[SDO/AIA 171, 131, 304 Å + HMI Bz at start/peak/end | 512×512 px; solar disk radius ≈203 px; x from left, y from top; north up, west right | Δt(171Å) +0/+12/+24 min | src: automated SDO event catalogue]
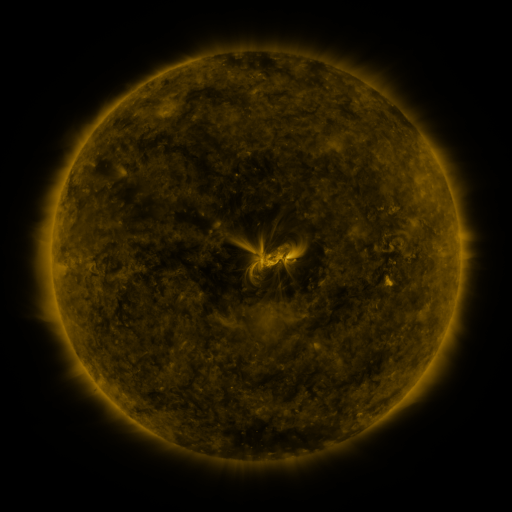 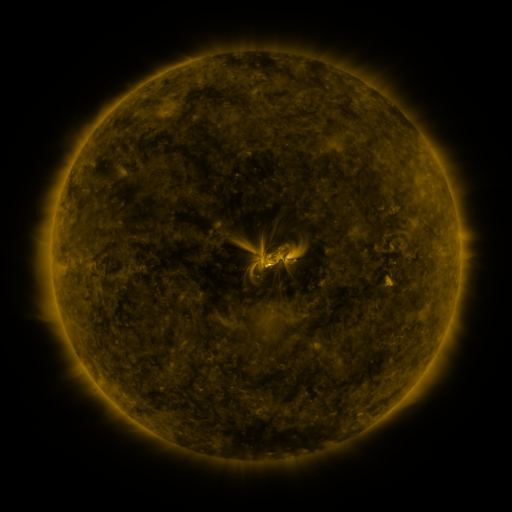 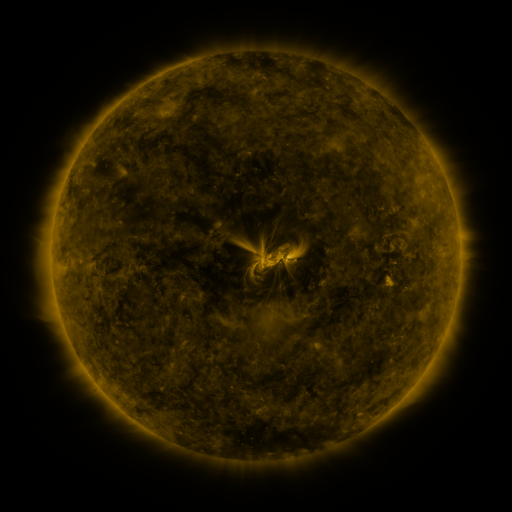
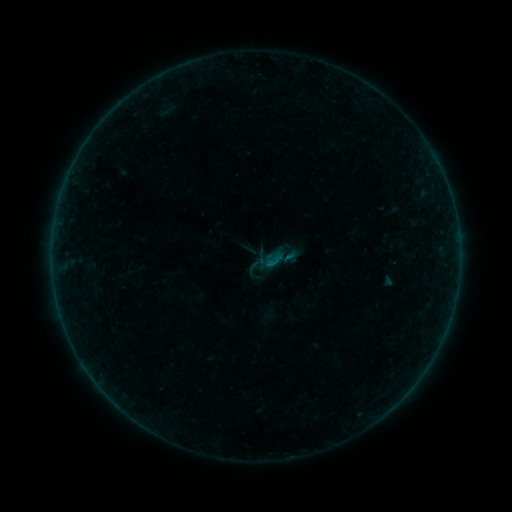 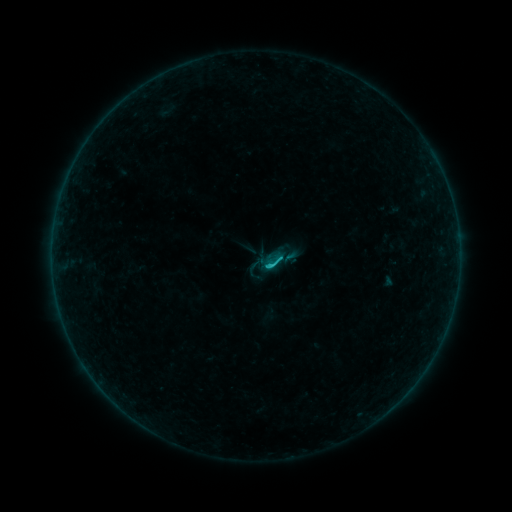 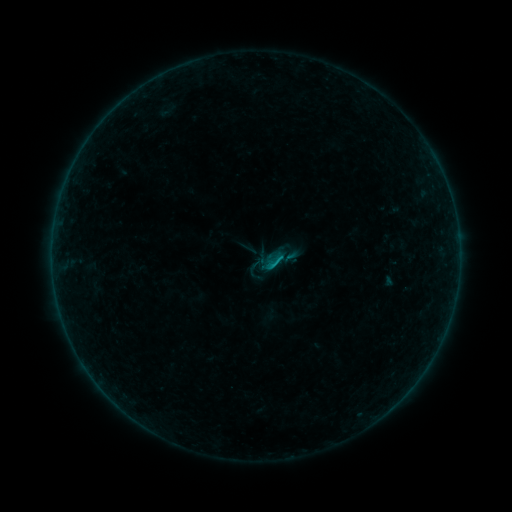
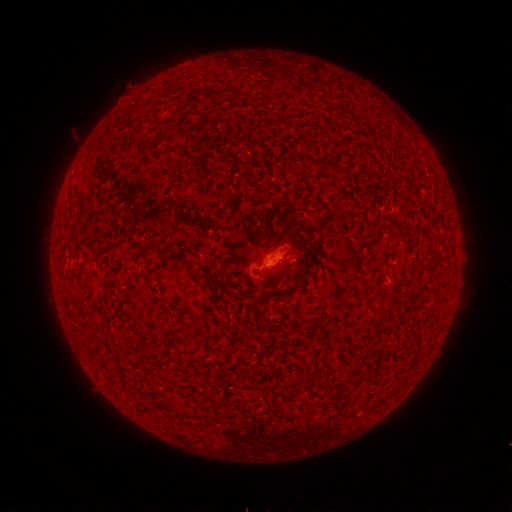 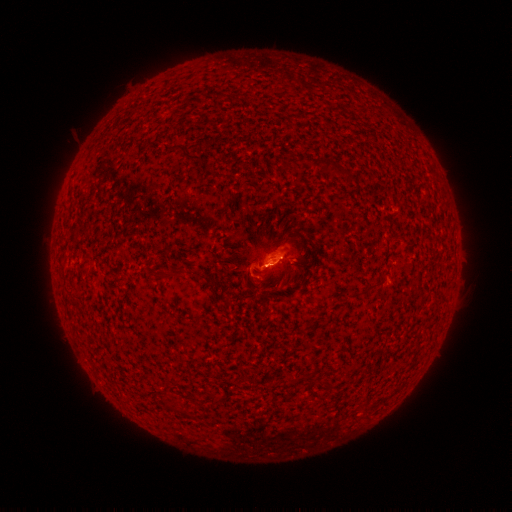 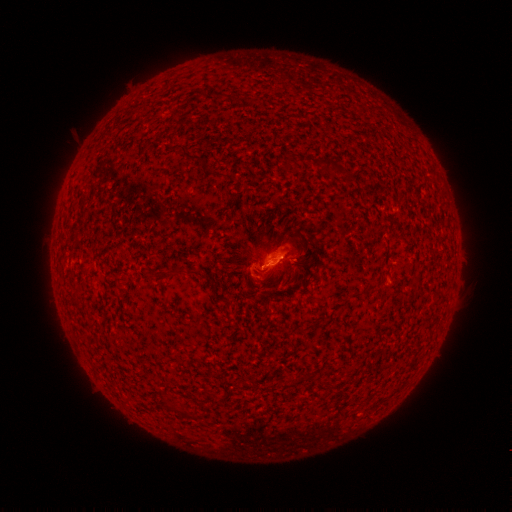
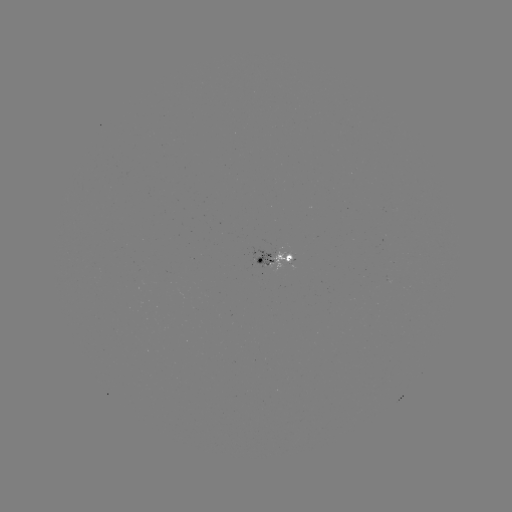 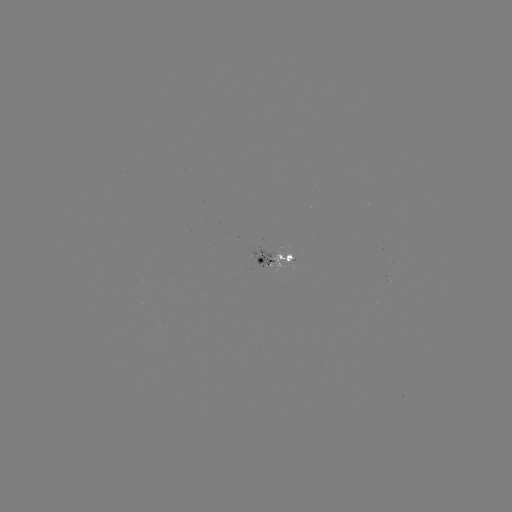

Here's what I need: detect B8.3 flare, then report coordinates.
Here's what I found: B8.3 flare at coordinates [270, 264].